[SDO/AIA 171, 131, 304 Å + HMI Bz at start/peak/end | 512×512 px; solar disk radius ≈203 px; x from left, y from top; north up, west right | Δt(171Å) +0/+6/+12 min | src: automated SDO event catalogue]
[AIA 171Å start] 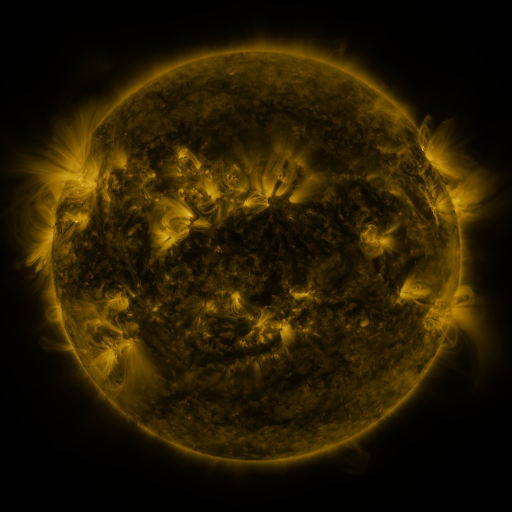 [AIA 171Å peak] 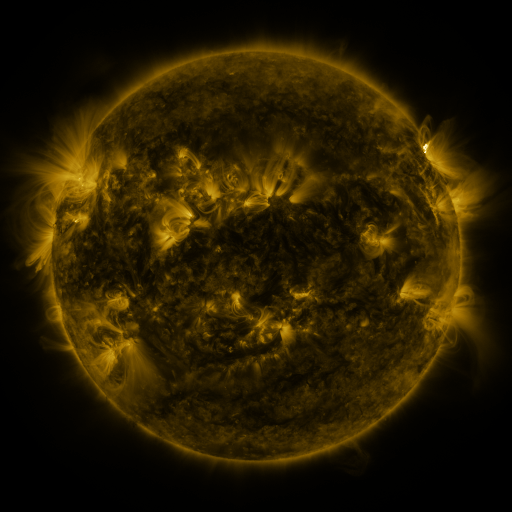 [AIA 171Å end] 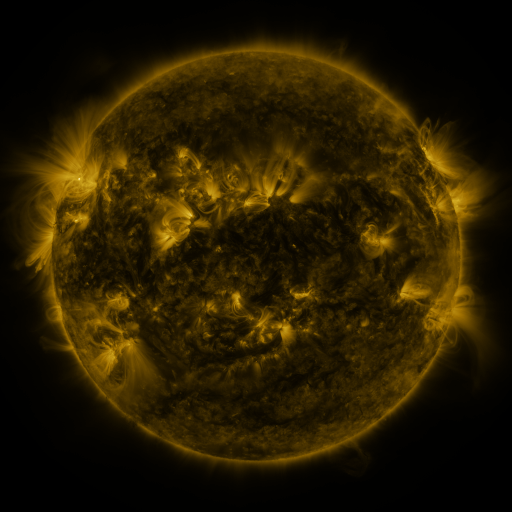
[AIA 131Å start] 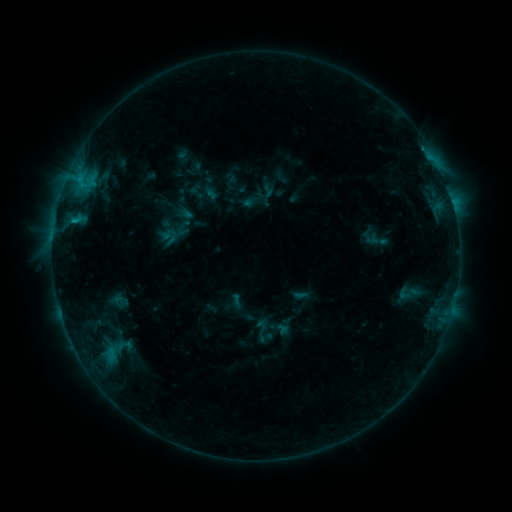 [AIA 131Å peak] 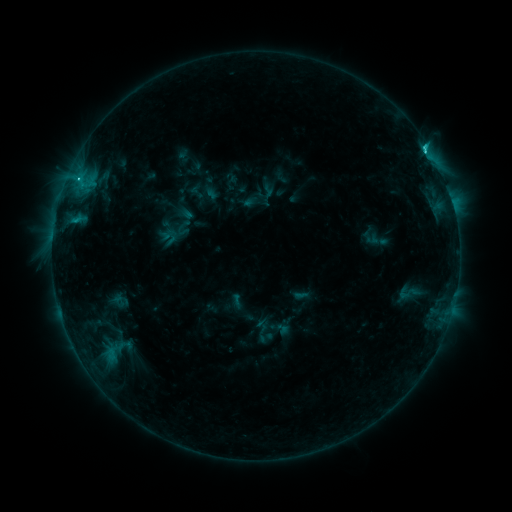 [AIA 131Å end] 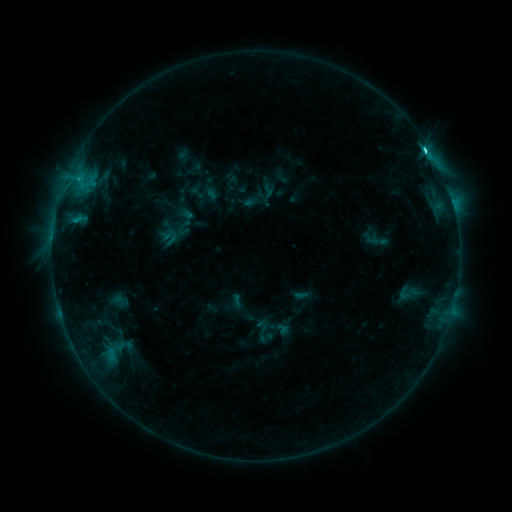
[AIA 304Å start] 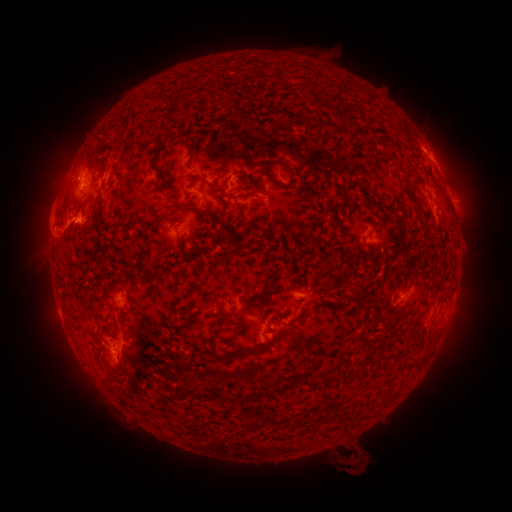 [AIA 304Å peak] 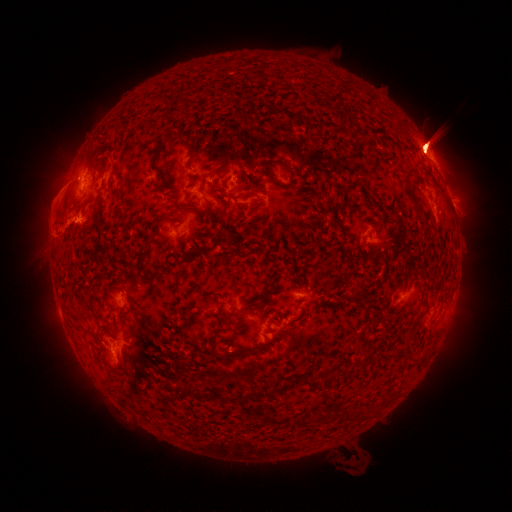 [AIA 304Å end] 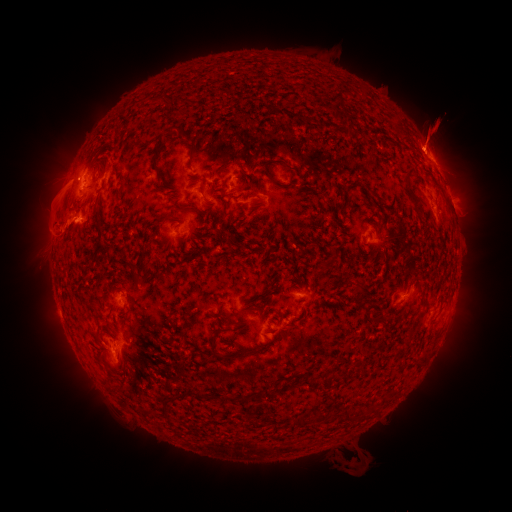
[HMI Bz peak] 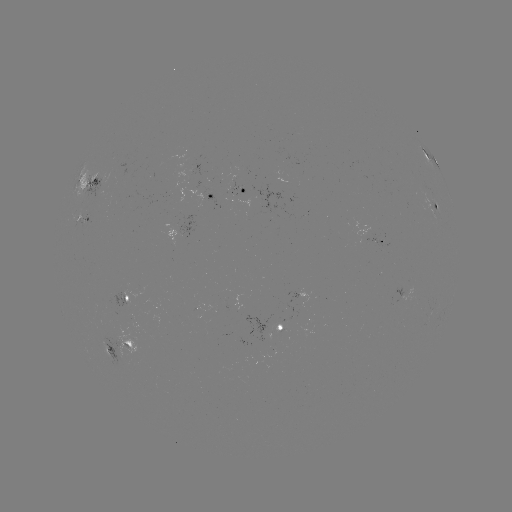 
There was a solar flare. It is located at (78, 181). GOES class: C3.1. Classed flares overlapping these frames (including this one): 2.